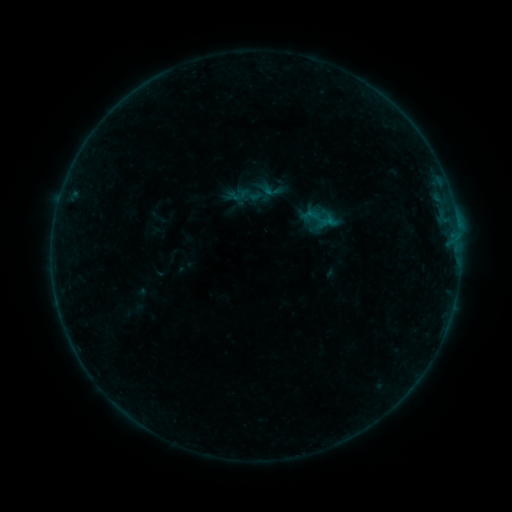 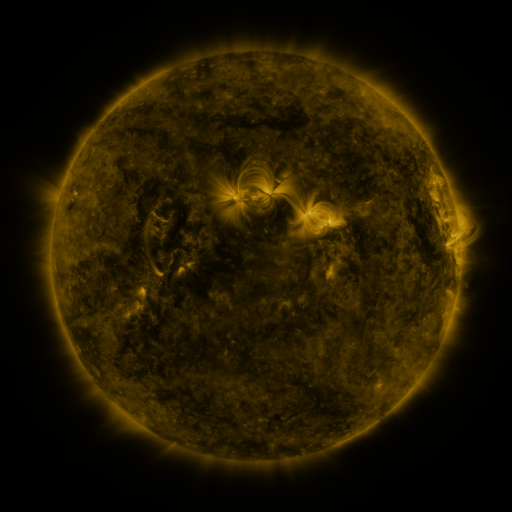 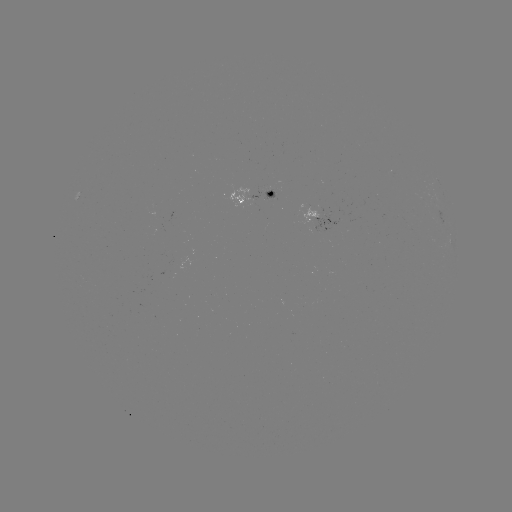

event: sigmoid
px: (250, 195)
